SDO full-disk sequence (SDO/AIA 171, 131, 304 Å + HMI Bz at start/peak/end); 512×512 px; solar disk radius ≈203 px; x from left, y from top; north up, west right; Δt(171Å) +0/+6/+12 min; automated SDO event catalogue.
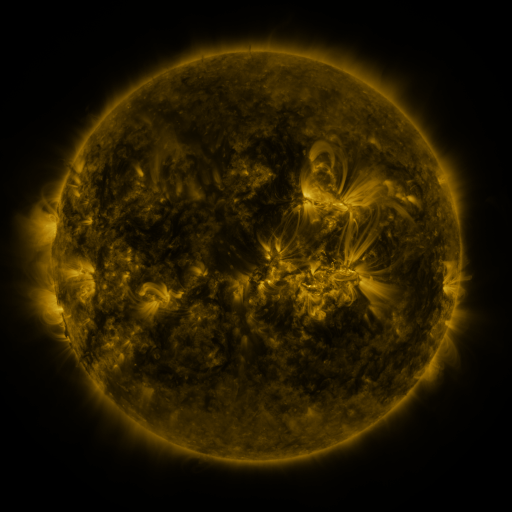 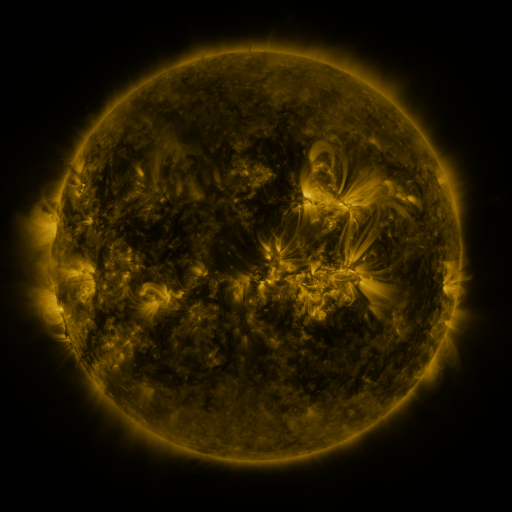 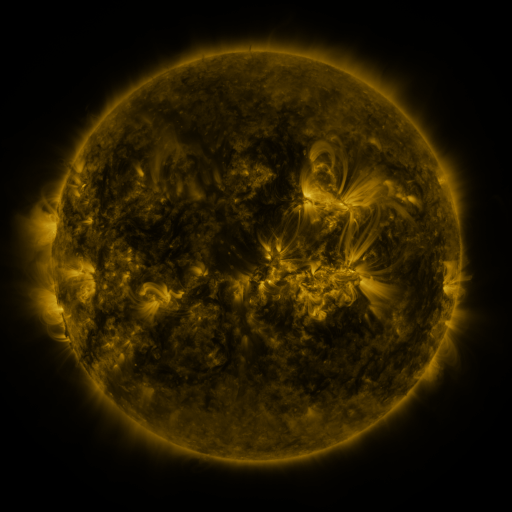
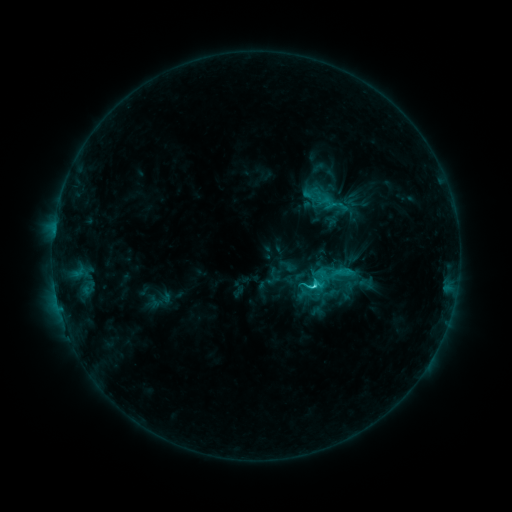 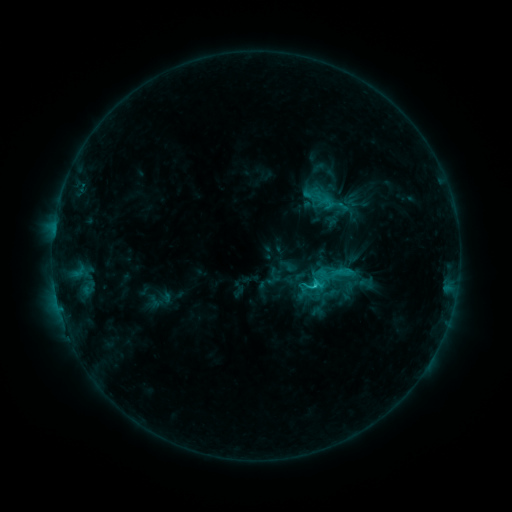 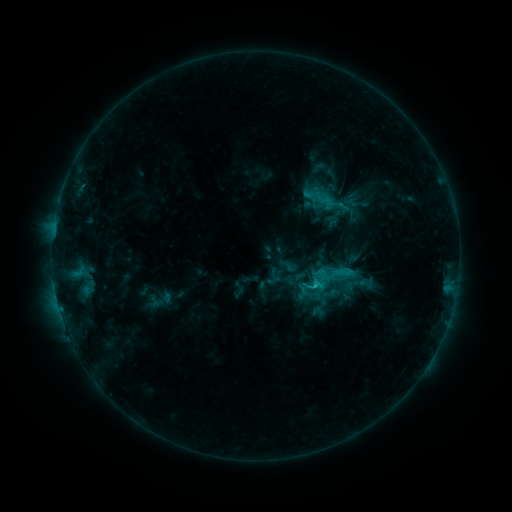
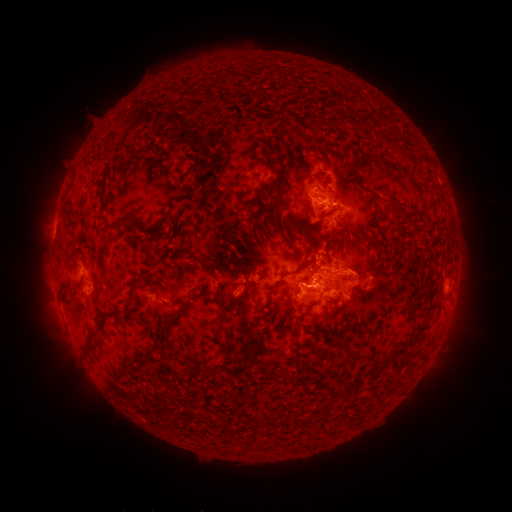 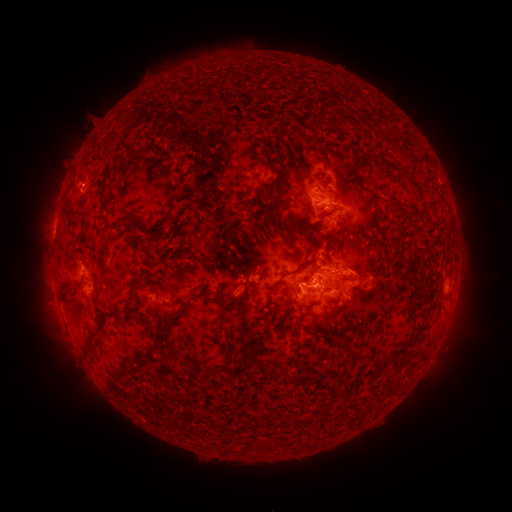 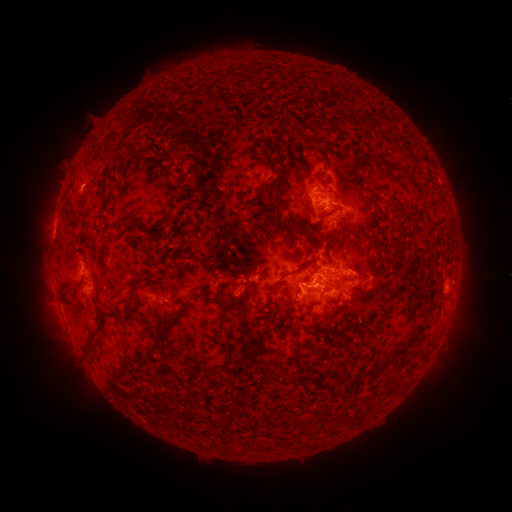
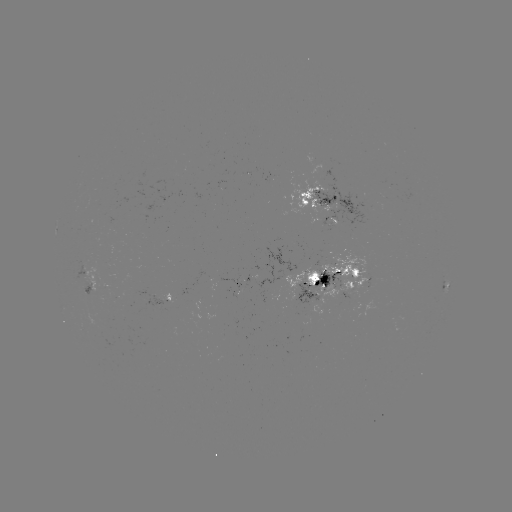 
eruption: <bbox>49, 151, 102, 200</bbox>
